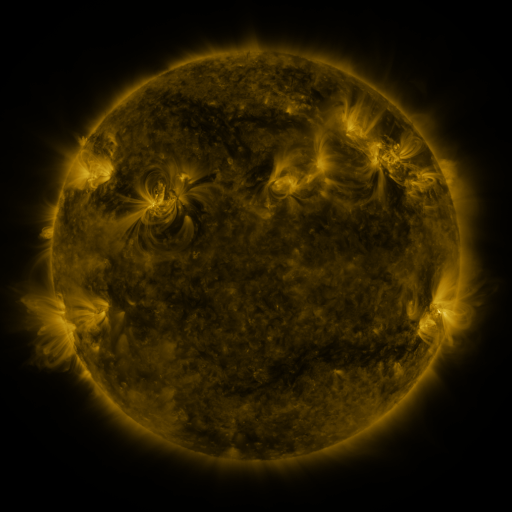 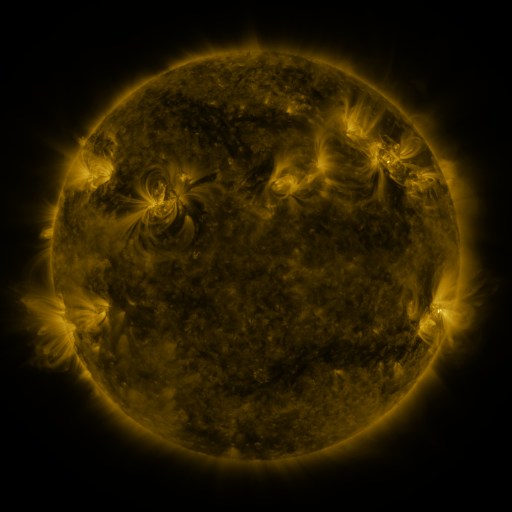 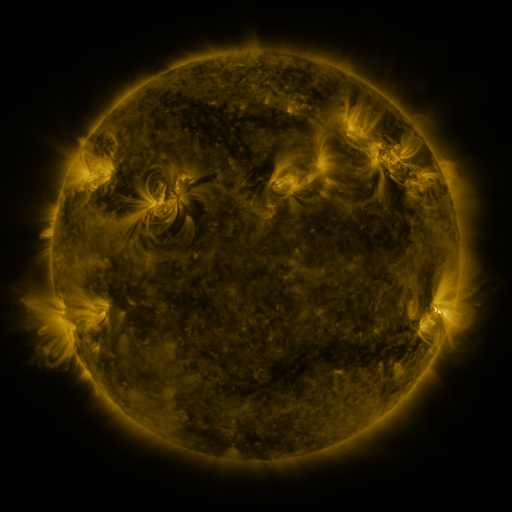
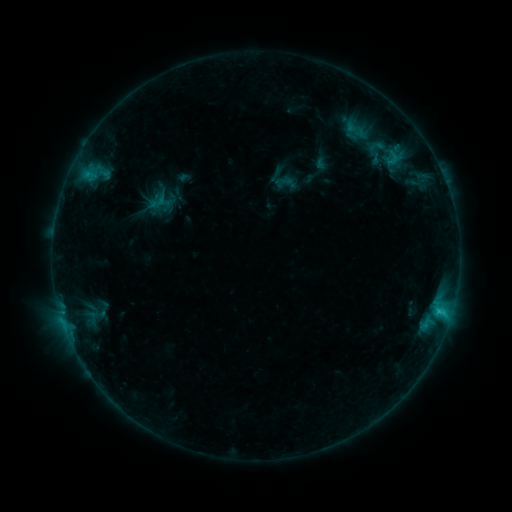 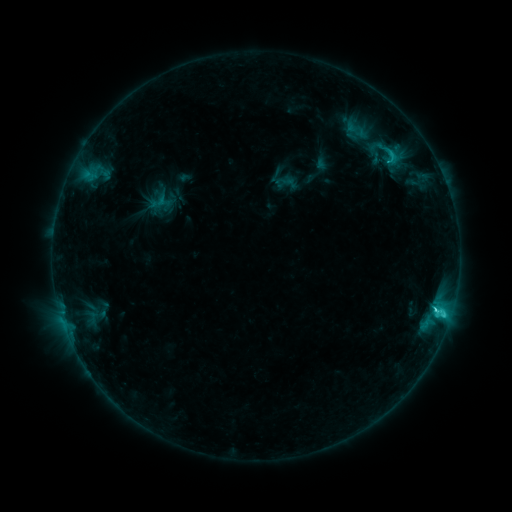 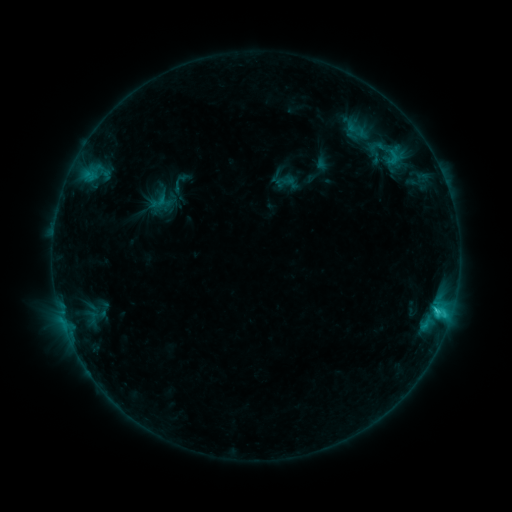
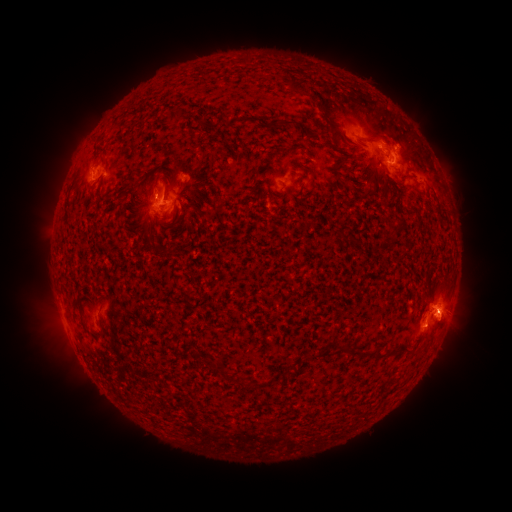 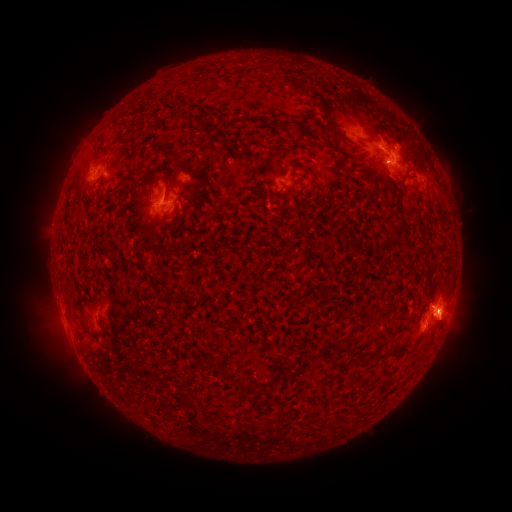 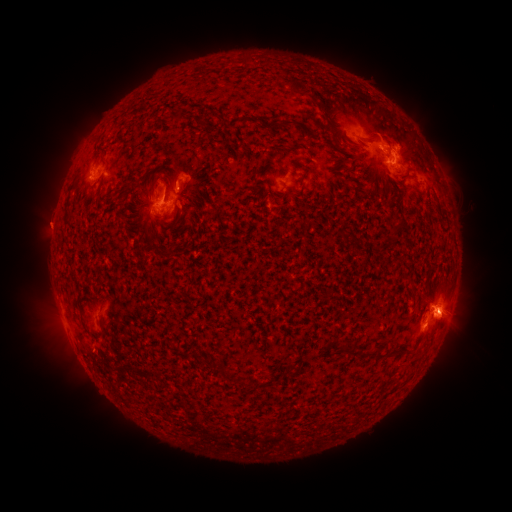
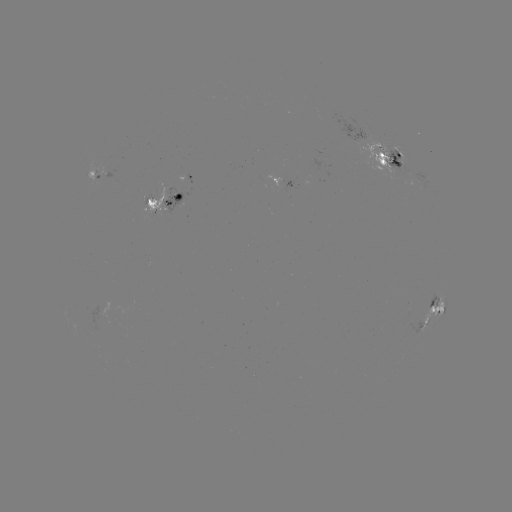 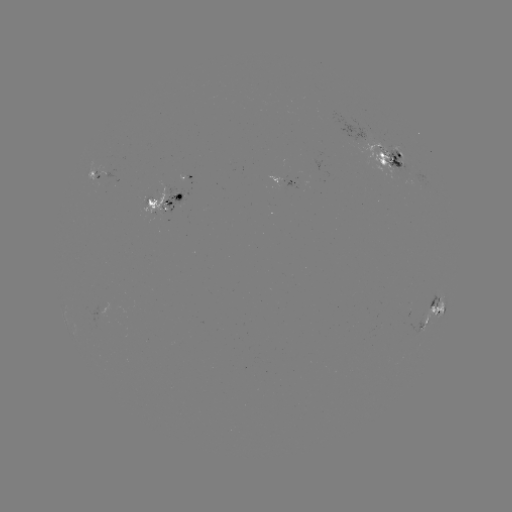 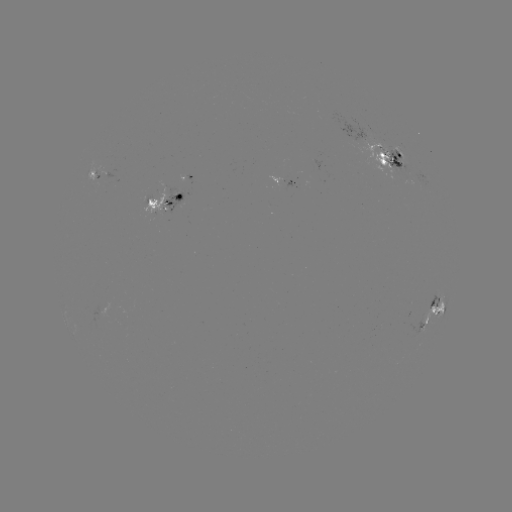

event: flare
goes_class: C3.0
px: (441, 307)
